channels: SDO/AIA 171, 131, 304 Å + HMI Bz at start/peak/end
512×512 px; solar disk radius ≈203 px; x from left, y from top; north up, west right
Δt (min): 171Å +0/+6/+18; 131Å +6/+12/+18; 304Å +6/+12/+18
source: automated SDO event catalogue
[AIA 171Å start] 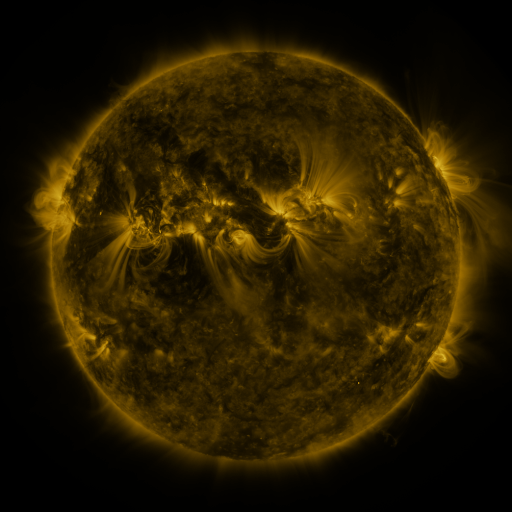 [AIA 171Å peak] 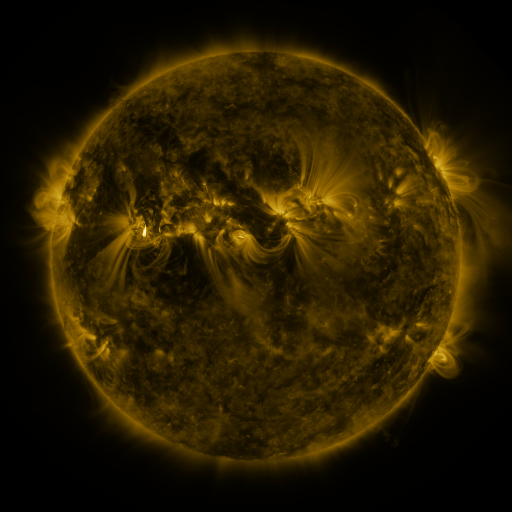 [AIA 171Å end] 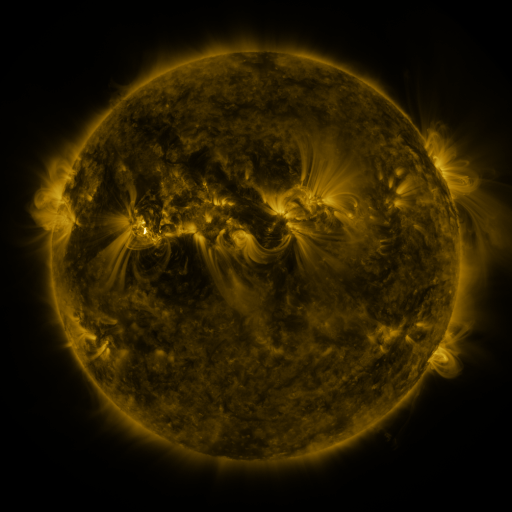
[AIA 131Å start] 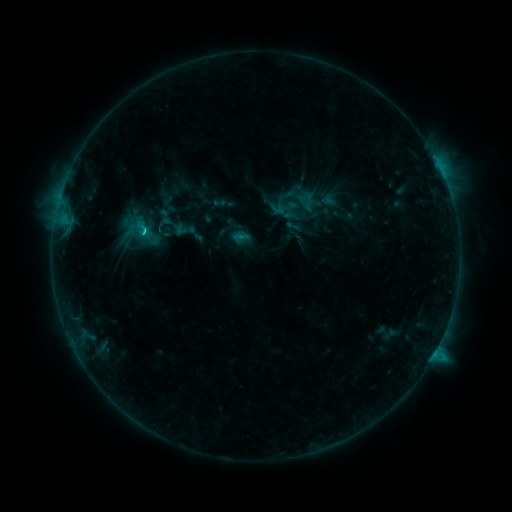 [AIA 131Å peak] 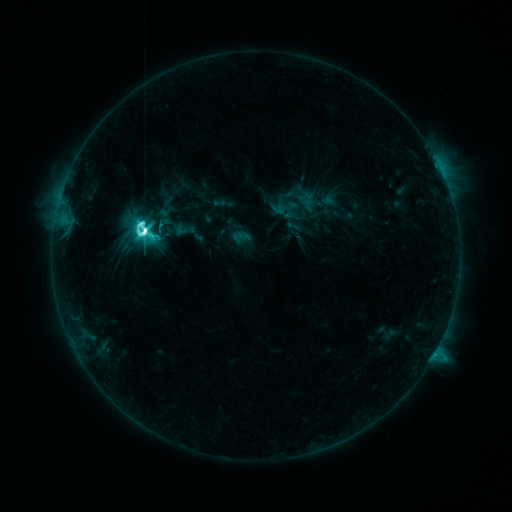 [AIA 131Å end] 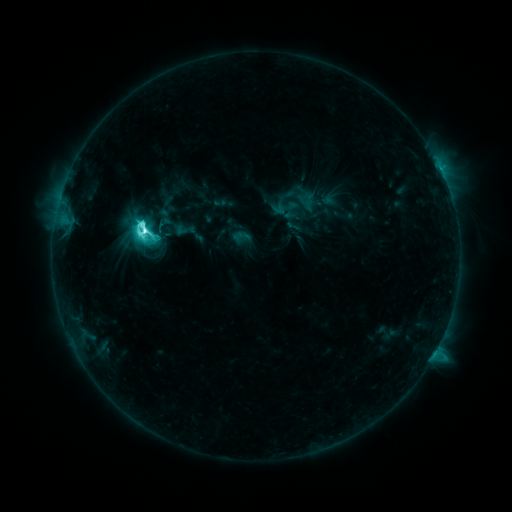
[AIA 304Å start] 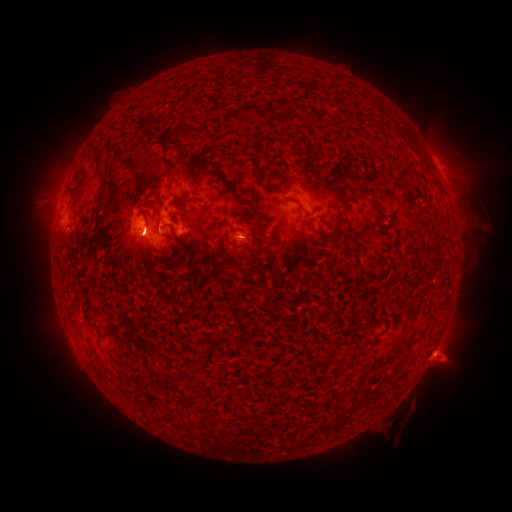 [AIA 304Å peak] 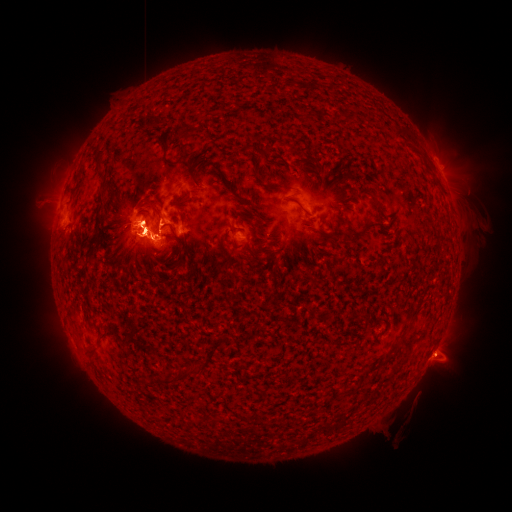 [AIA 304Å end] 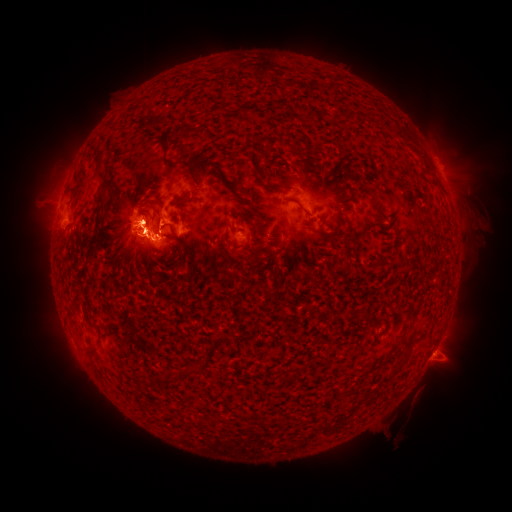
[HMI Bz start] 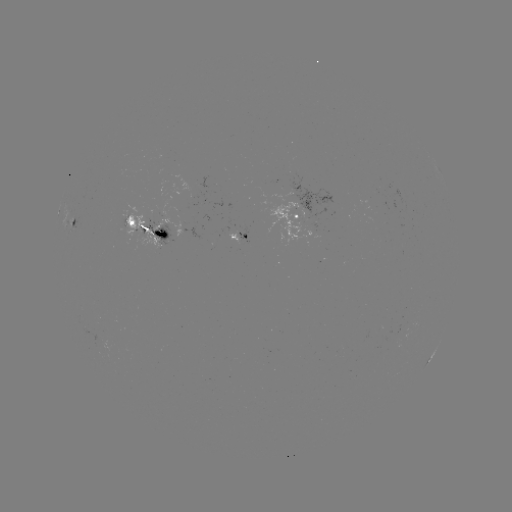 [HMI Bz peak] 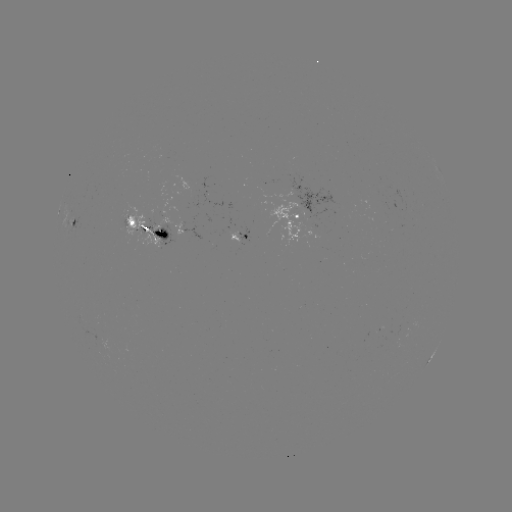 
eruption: (396, 325, 472, 417)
